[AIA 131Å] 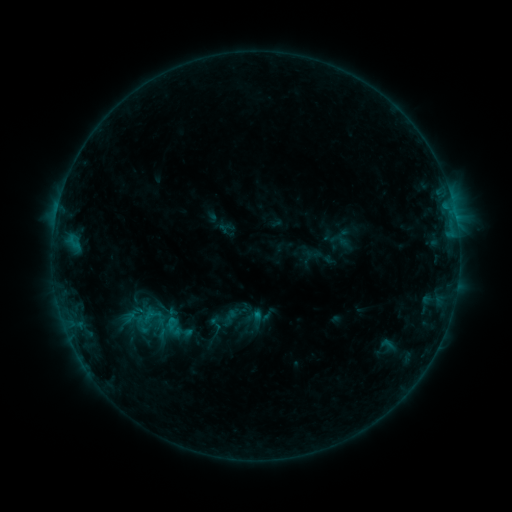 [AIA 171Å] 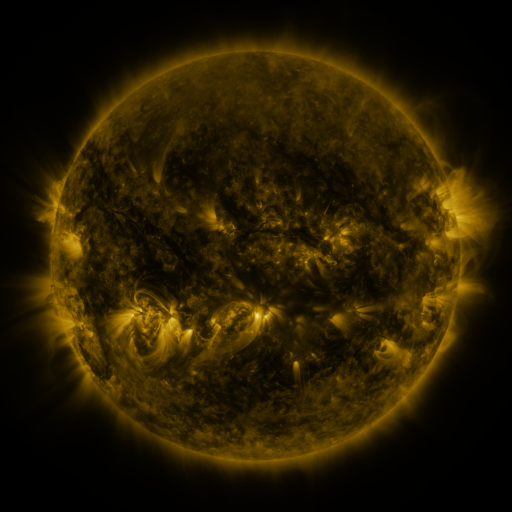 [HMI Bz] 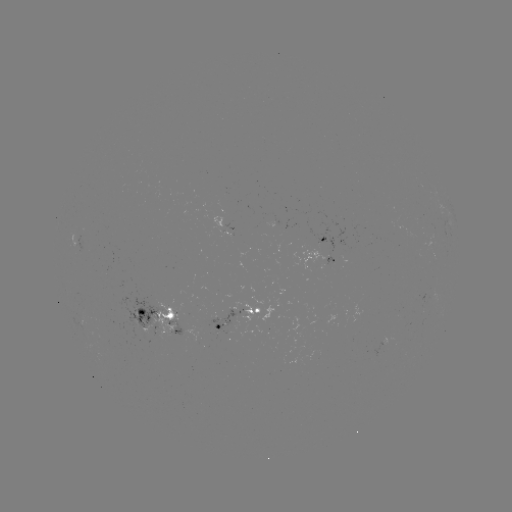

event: sigmoid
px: (388, 344)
